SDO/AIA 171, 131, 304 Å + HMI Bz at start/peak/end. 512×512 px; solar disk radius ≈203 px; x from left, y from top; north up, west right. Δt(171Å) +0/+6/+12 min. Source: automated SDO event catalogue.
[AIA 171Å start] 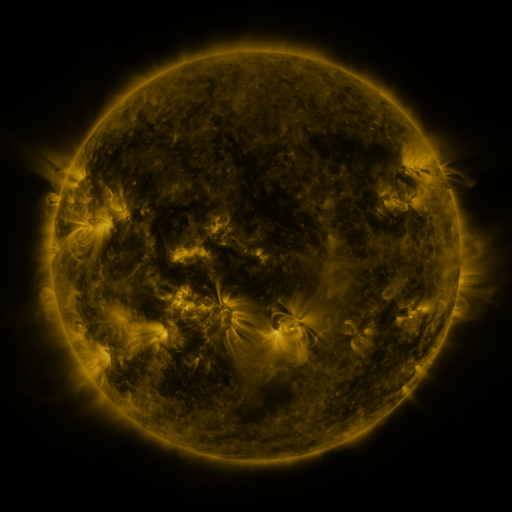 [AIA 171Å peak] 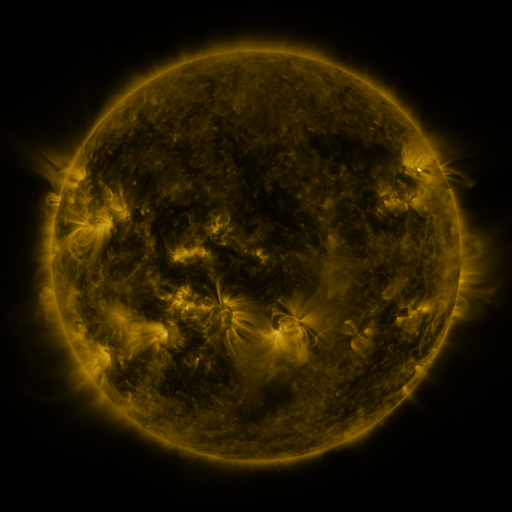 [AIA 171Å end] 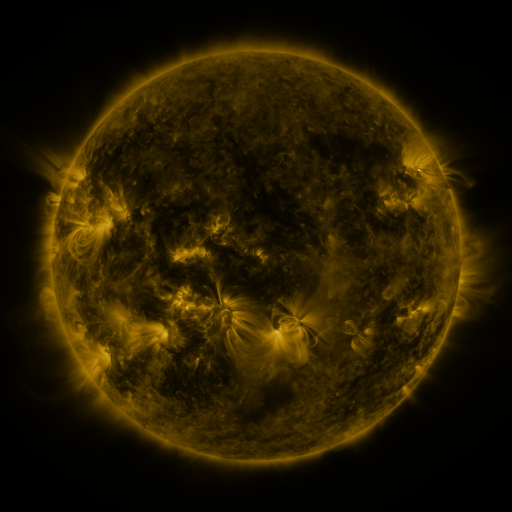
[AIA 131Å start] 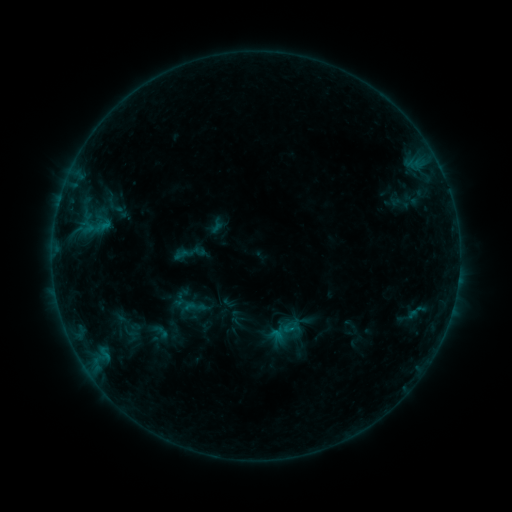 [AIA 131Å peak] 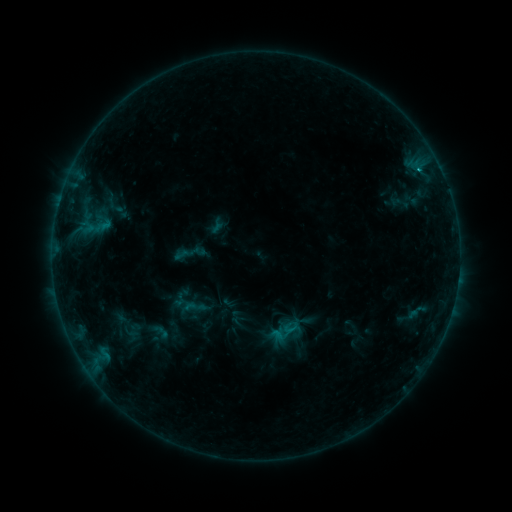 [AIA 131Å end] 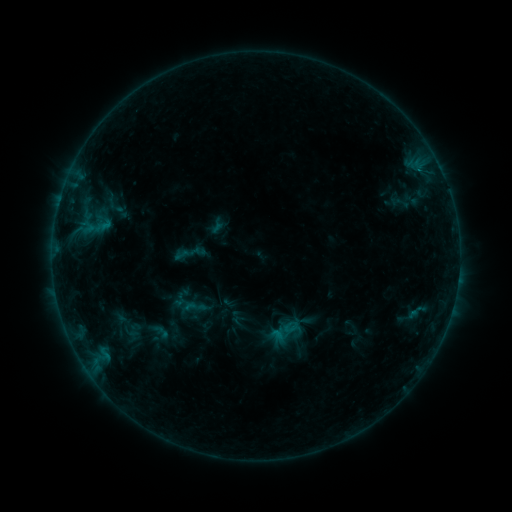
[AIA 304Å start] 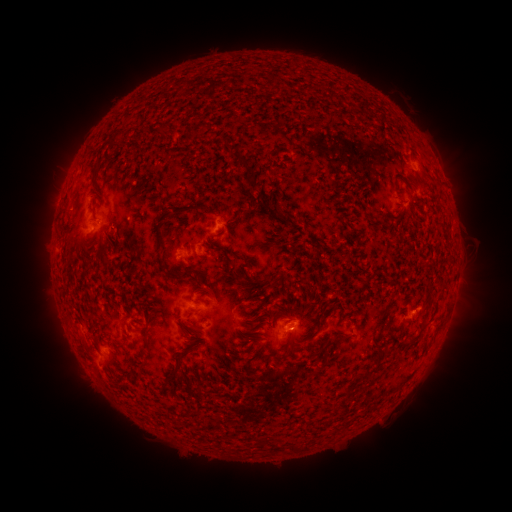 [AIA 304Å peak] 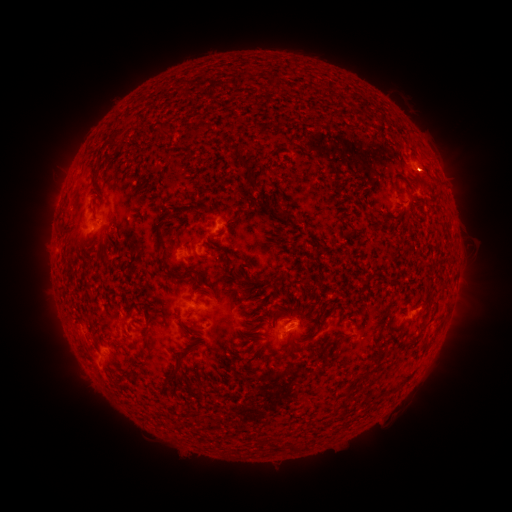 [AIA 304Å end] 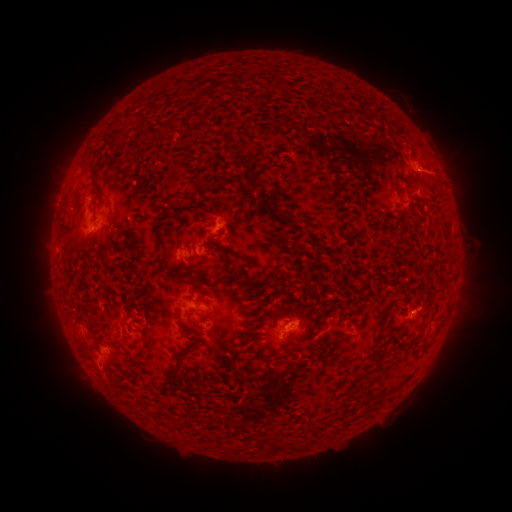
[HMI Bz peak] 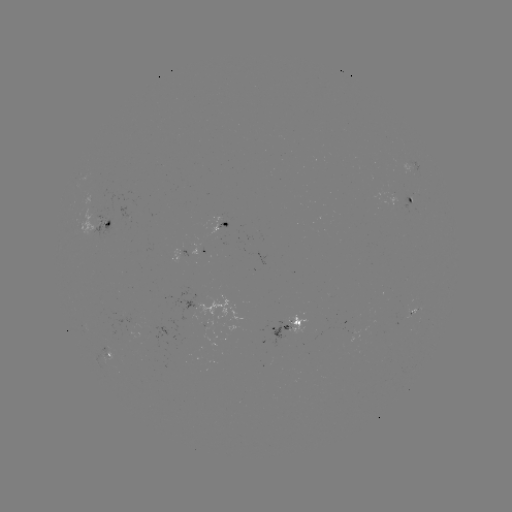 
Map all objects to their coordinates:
B5.7 flare: (419, 172)
